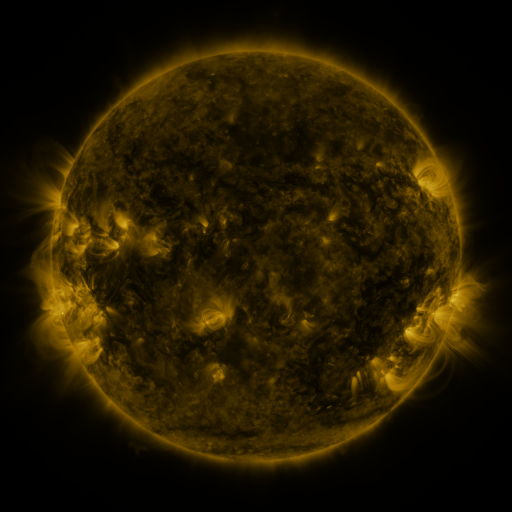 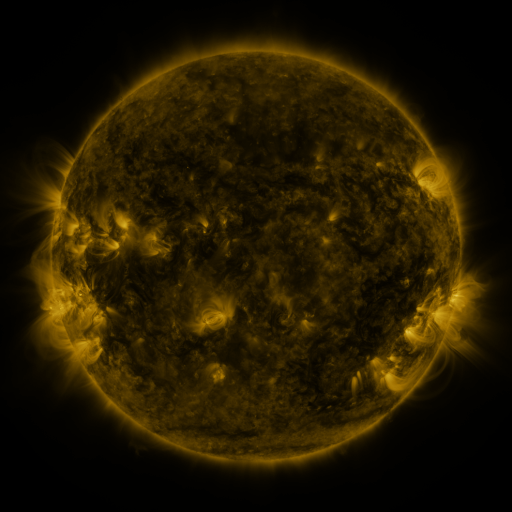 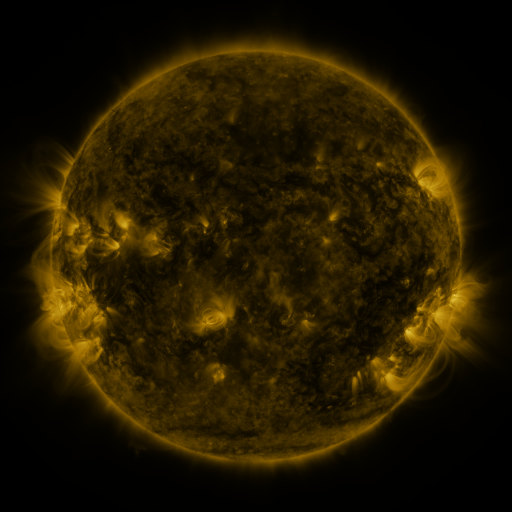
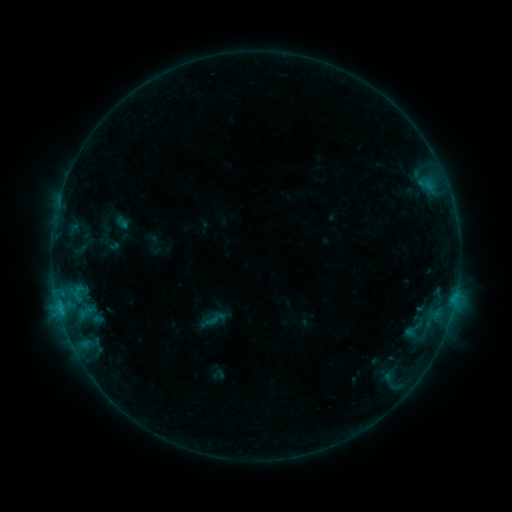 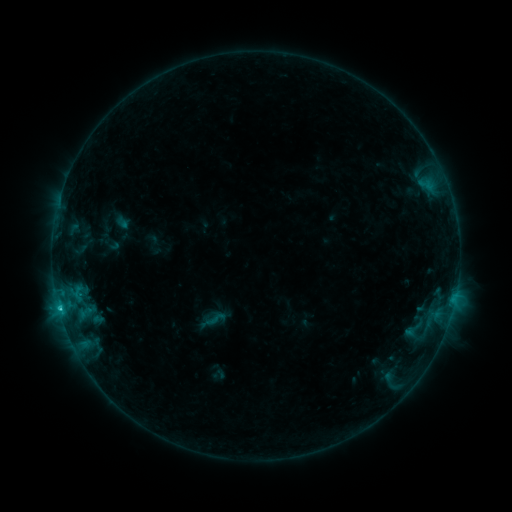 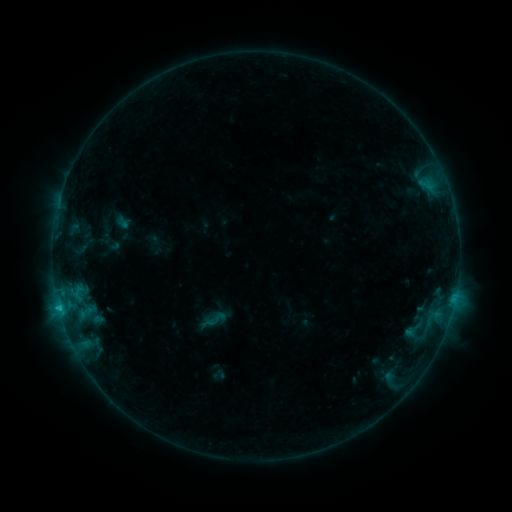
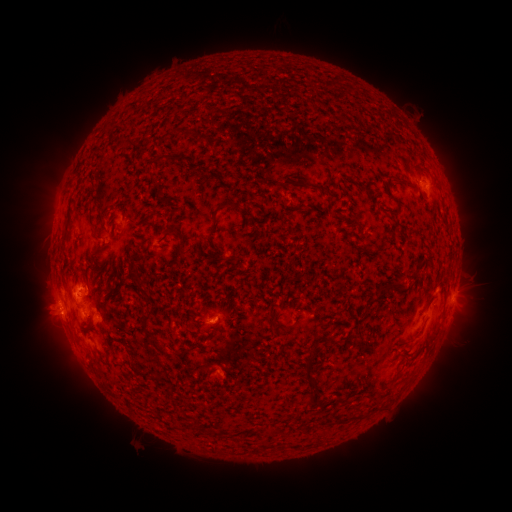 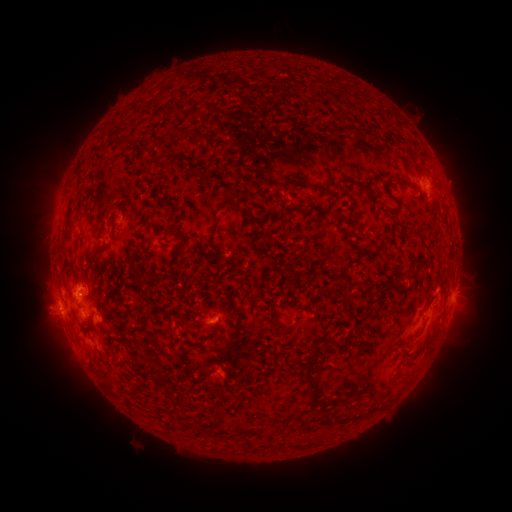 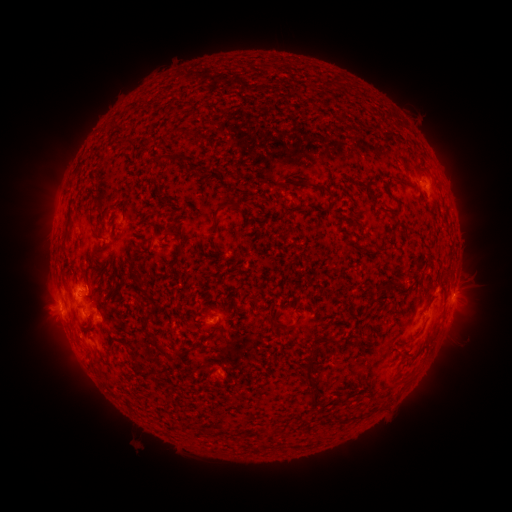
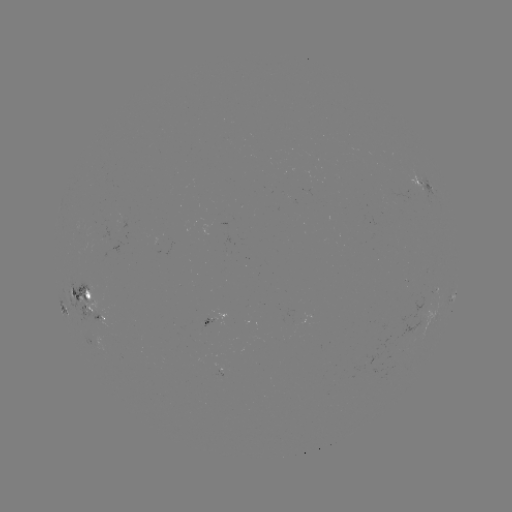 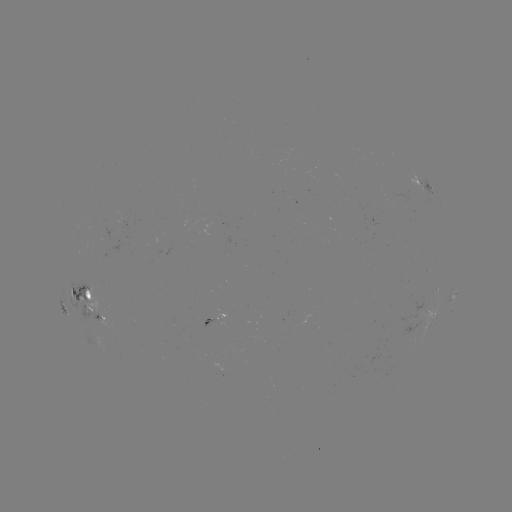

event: flare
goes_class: C1.3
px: (59, 306)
